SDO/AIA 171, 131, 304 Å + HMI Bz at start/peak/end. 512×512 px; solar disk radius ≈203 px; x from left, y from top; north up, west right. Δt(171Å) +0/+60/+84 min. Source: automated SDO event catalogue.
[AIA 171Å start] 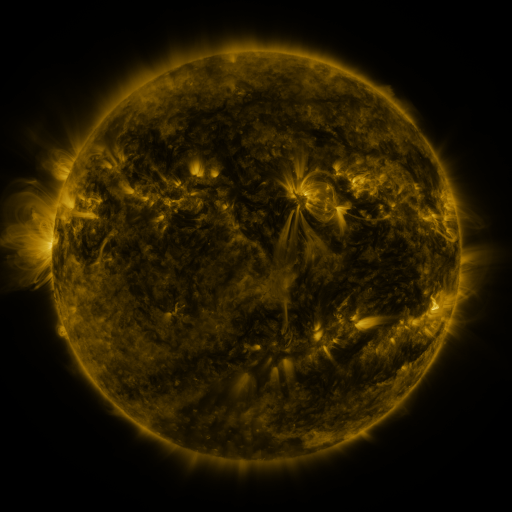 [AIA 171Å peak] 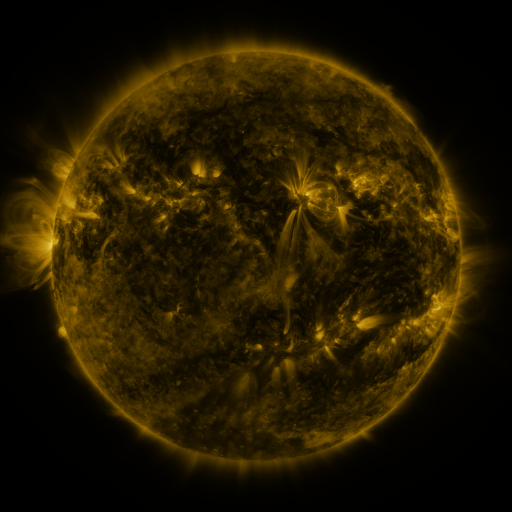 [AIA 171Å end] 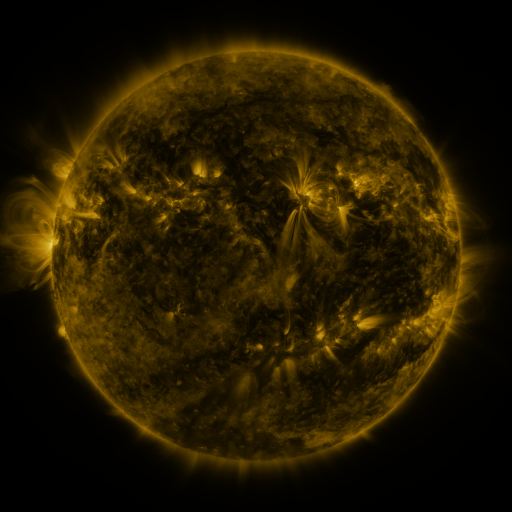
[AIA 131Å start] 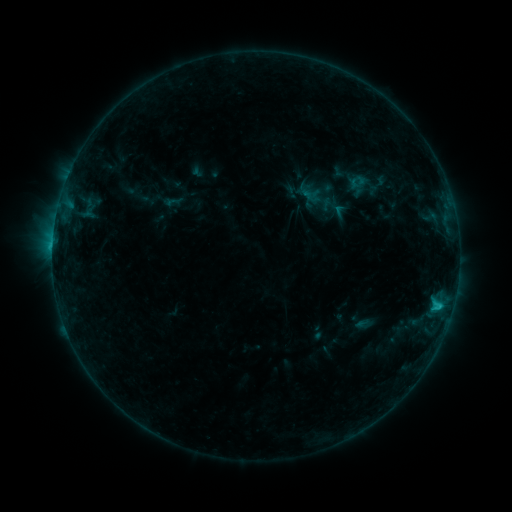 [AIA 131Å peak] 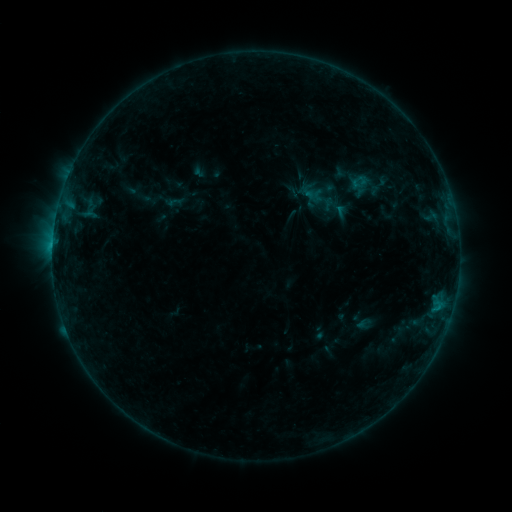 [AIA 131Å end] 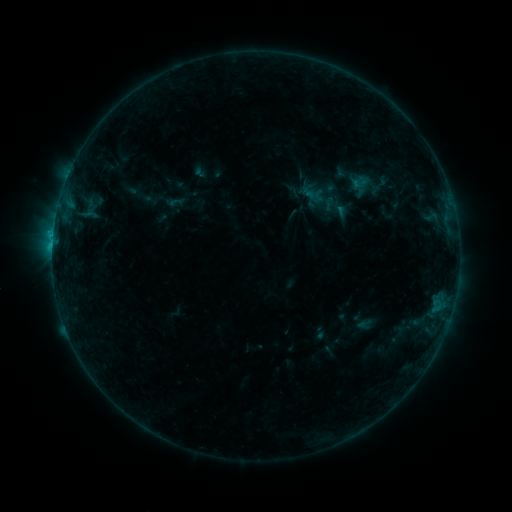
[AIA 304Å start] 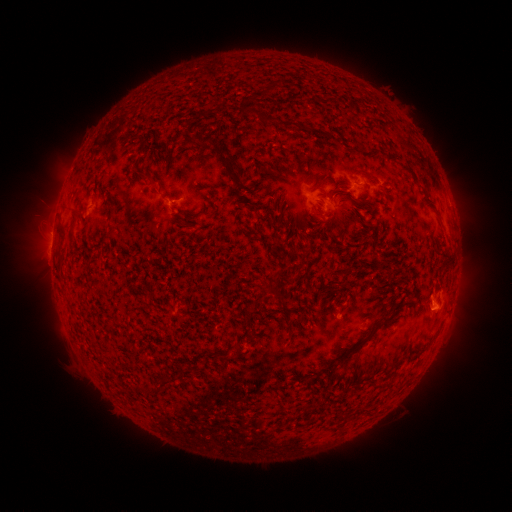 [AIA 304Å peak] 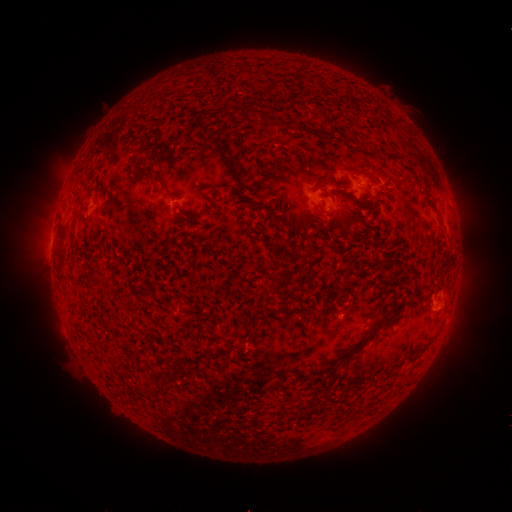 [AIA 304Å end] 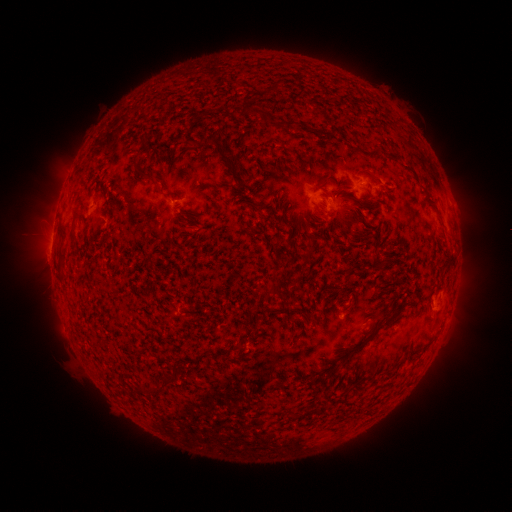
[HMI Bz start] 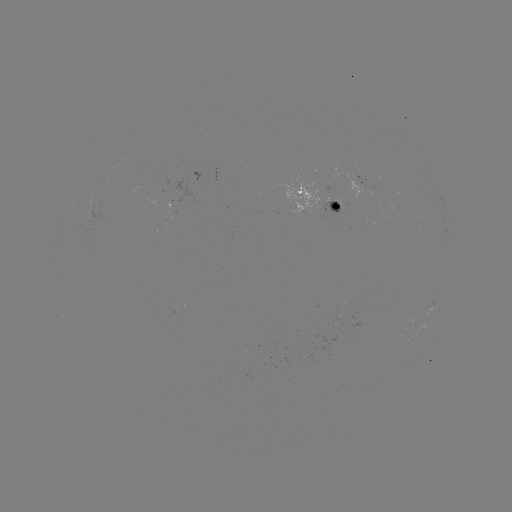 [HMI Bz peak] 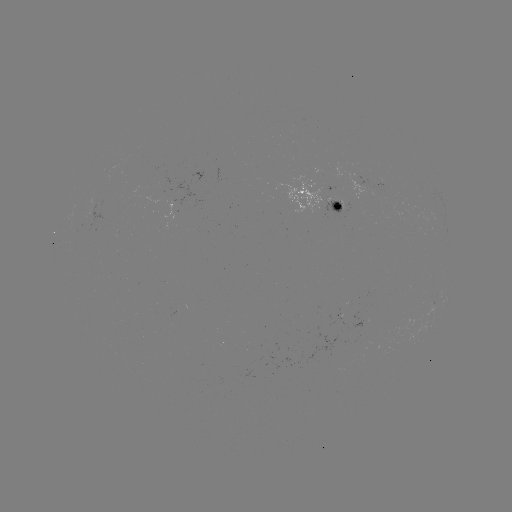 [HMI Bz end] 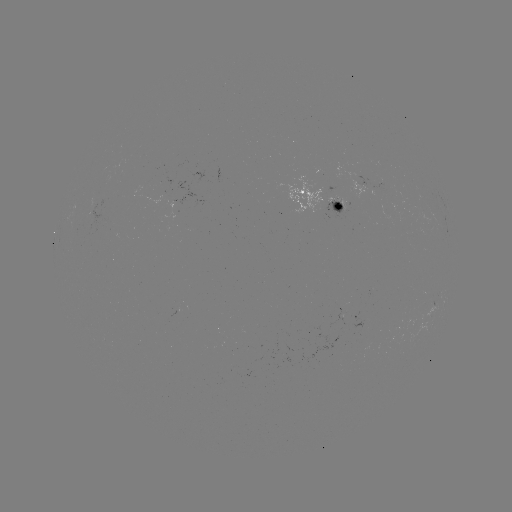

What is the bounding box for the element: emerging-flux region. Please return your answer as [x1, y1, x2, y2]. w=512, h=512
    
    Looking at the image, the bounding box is [151, 187, 164, 194].